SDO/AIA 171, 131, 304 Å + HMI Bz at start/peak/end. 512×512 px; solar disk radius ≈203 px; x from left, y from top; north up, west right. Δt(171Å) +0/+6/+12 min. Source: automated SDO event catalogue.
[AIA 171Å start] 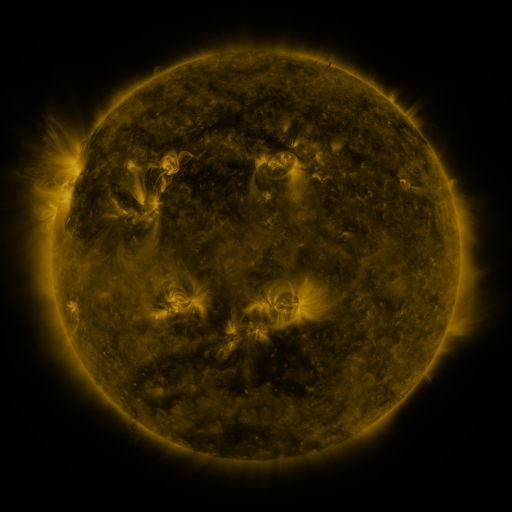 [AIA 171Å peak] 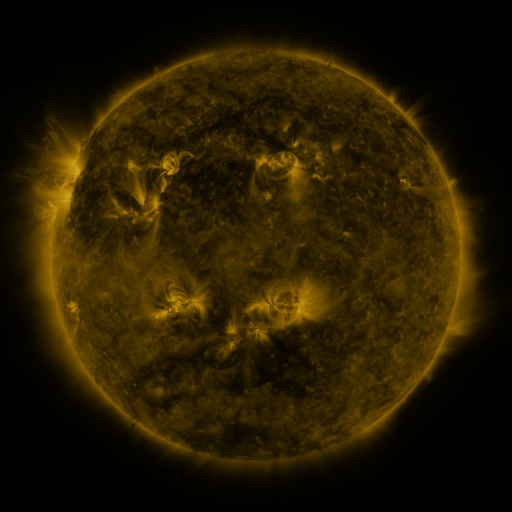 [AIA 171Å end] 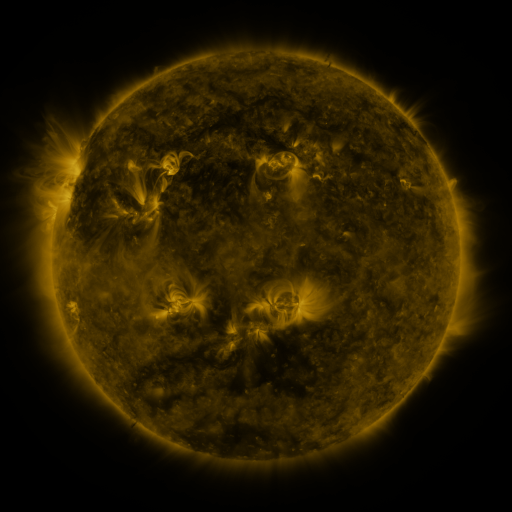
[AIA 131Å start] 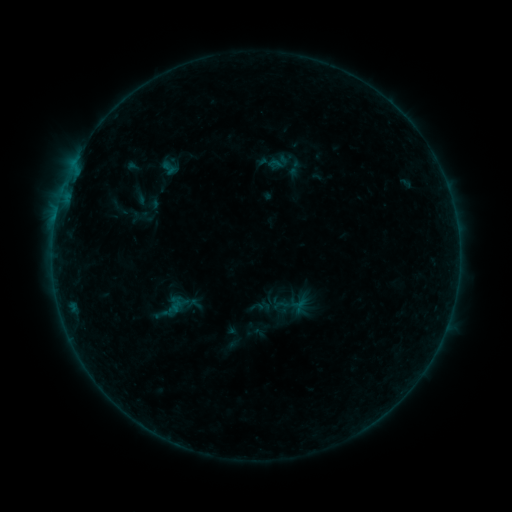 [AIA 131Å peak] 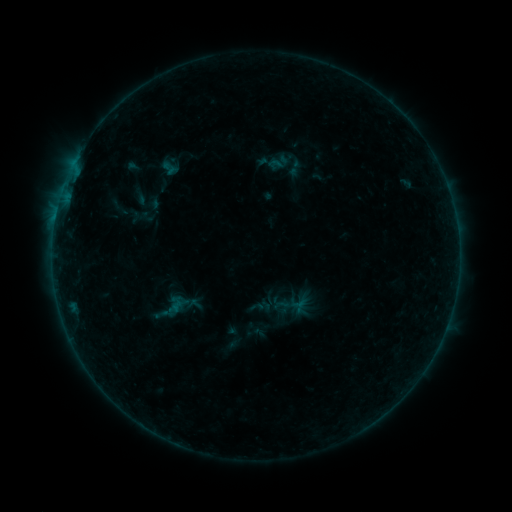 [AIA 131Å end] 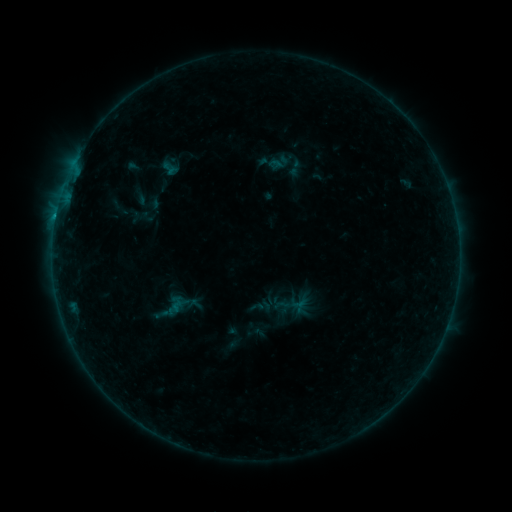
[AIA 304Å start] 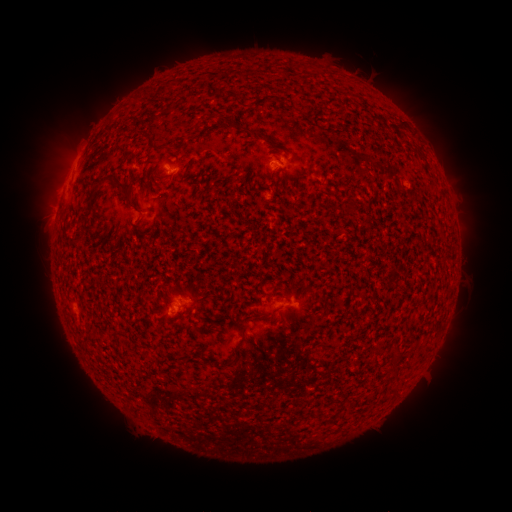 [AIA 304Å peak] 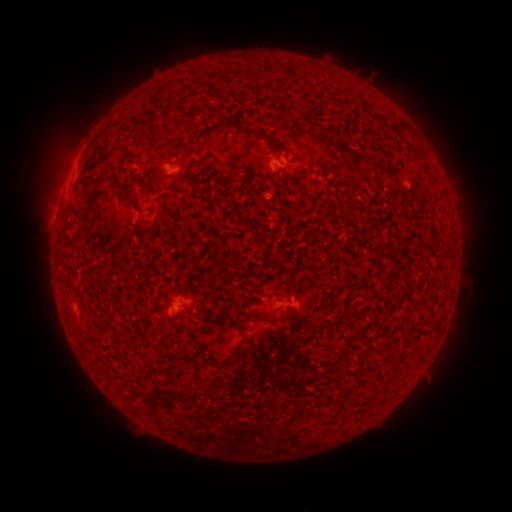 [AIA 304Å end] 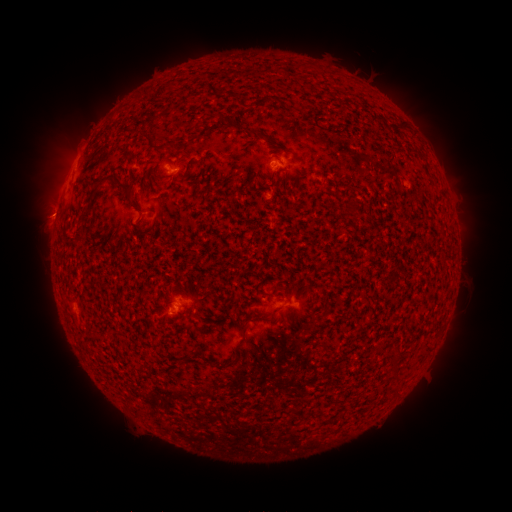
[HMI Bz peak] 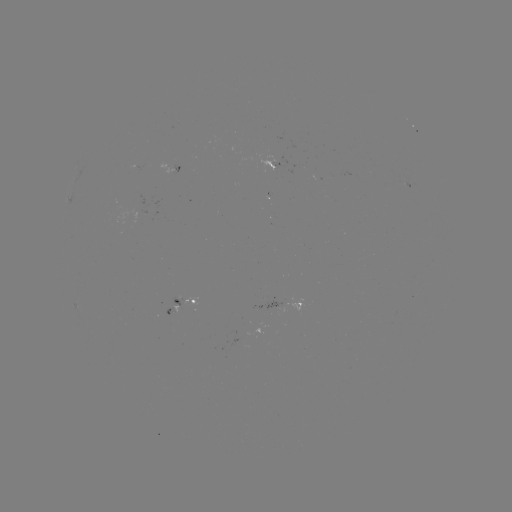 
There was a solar flare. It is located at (177, 172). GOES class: B3.0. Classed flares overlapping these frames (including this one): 1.